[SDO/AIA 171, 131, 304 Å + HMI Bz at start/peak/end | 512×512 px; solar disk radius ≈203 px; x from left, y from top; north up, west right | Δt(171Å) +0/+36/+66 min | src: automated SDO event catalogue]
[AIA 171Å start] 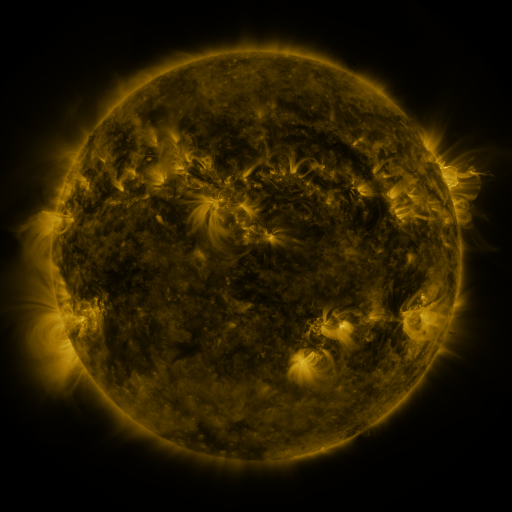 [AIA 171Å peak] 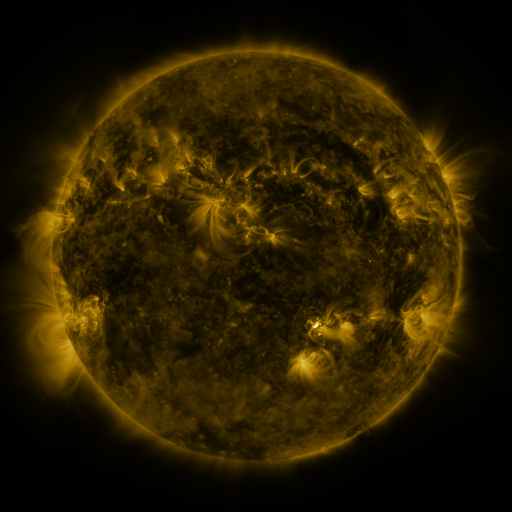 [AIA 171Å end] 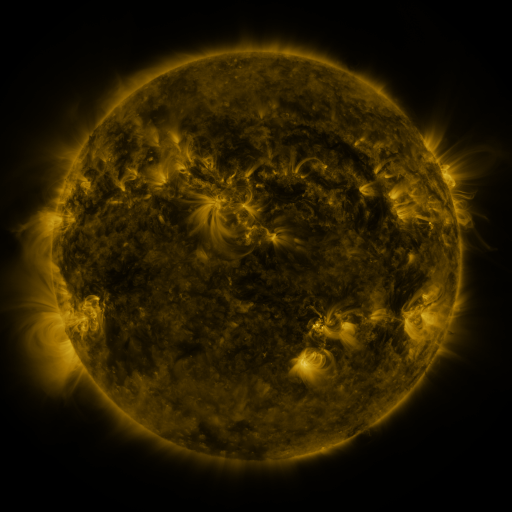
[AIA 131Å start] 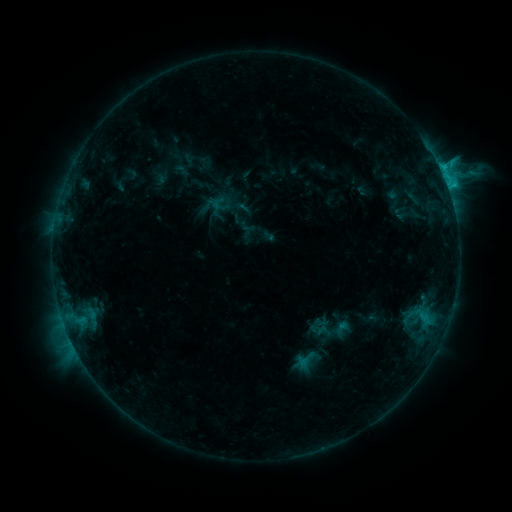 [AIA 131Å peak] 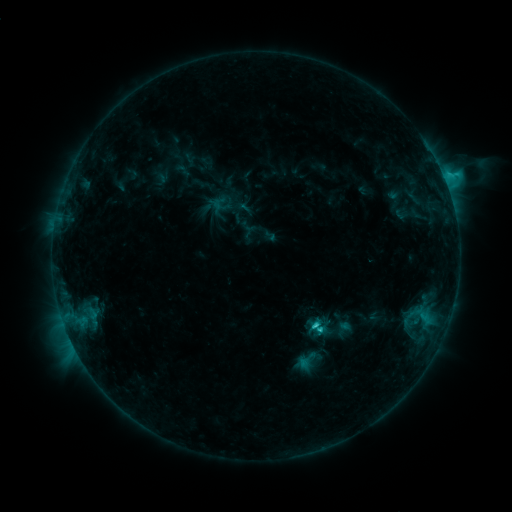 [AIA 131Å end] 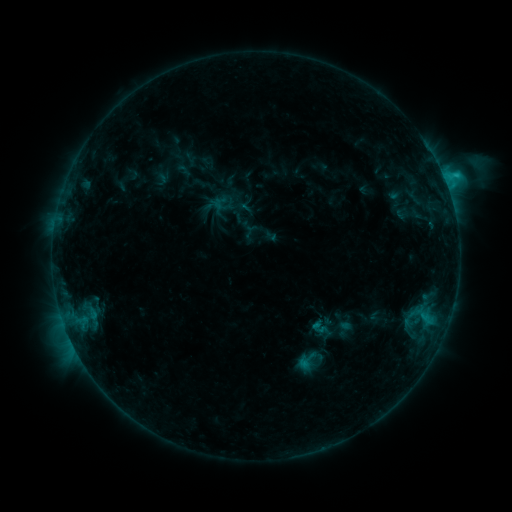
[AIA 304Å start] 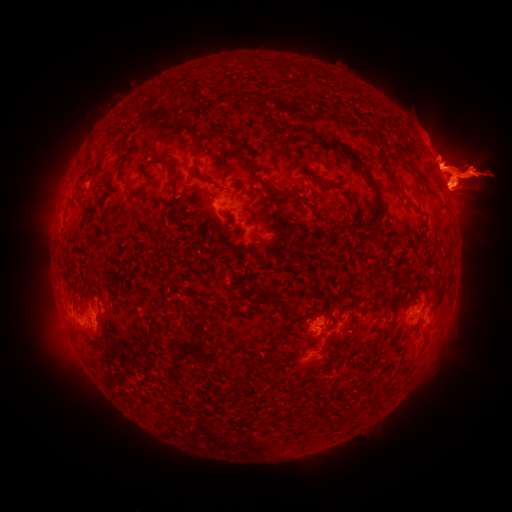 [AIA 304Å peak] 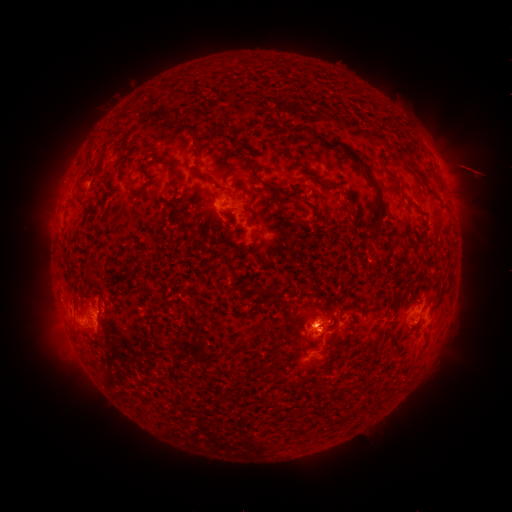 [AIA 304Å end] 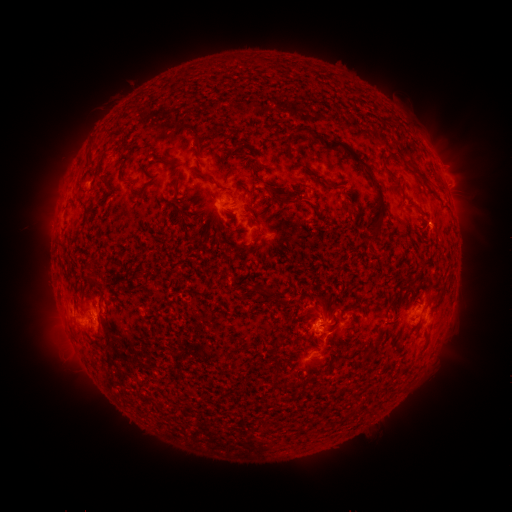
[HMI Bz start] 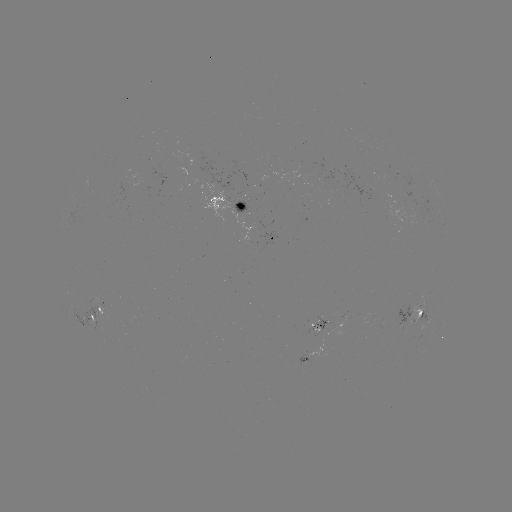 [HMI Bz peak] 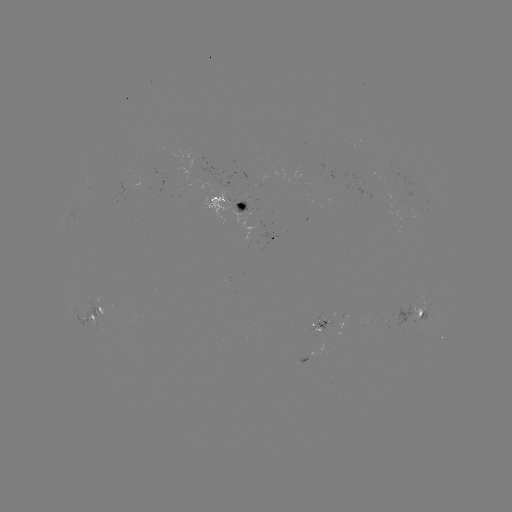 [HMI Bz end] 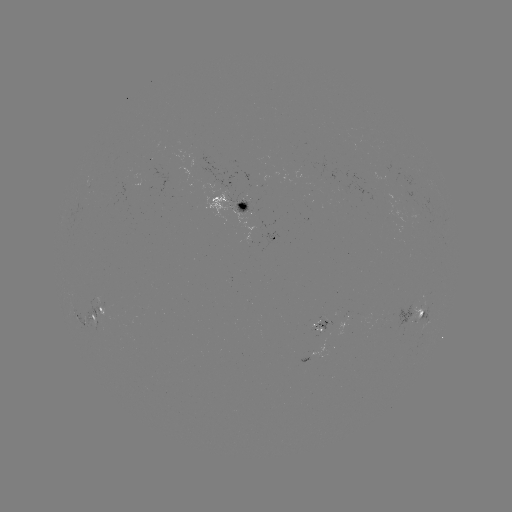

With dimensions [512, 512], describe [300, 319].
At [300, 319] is filament eruption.